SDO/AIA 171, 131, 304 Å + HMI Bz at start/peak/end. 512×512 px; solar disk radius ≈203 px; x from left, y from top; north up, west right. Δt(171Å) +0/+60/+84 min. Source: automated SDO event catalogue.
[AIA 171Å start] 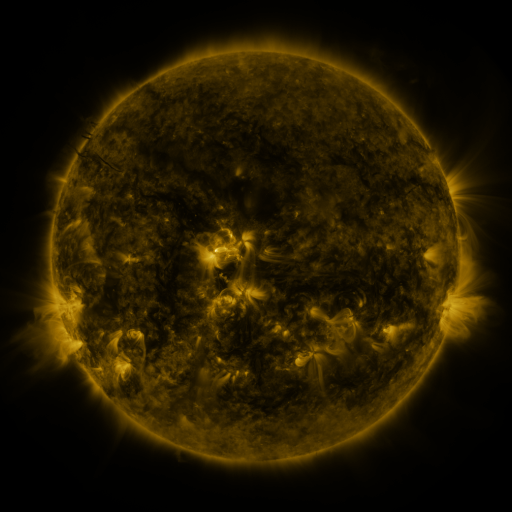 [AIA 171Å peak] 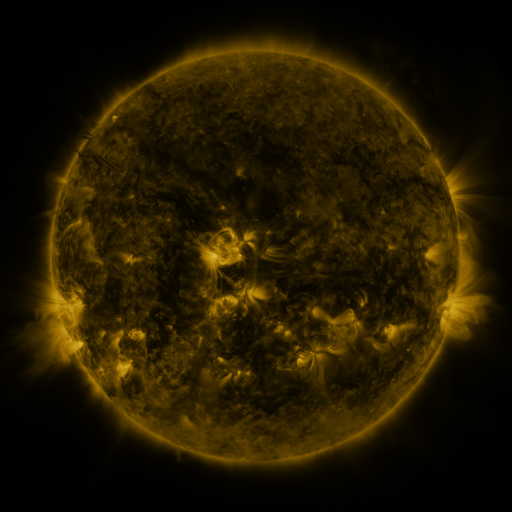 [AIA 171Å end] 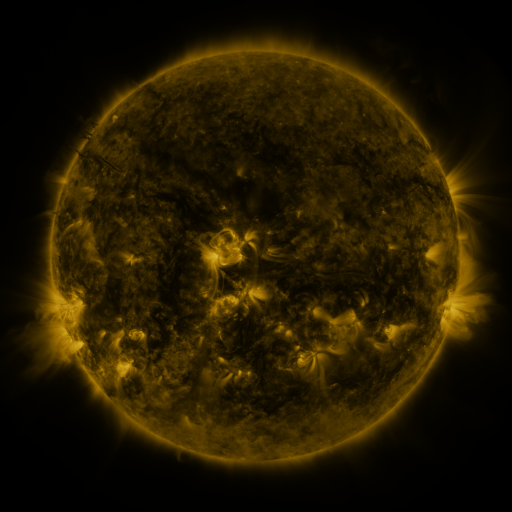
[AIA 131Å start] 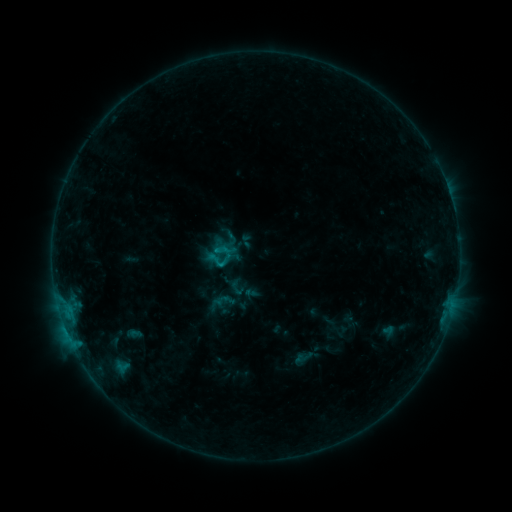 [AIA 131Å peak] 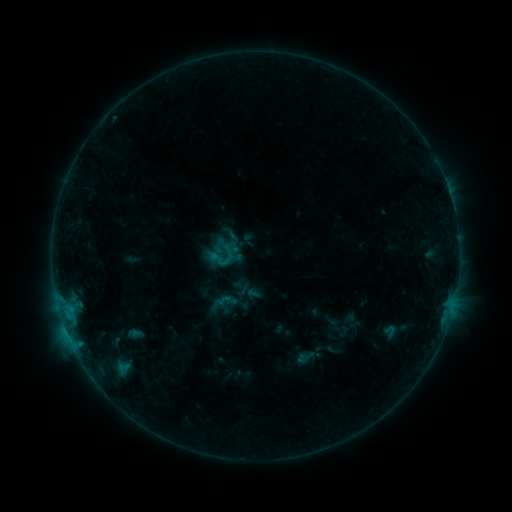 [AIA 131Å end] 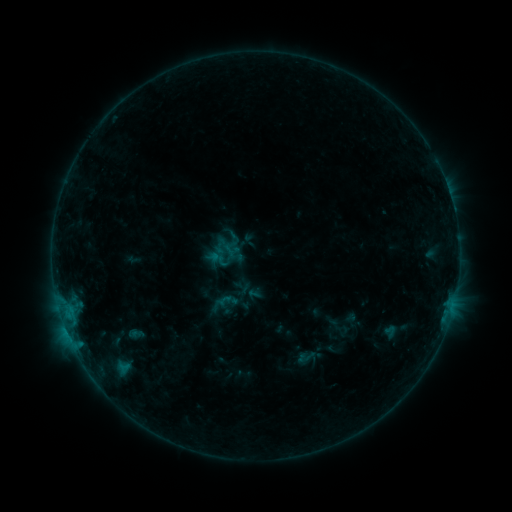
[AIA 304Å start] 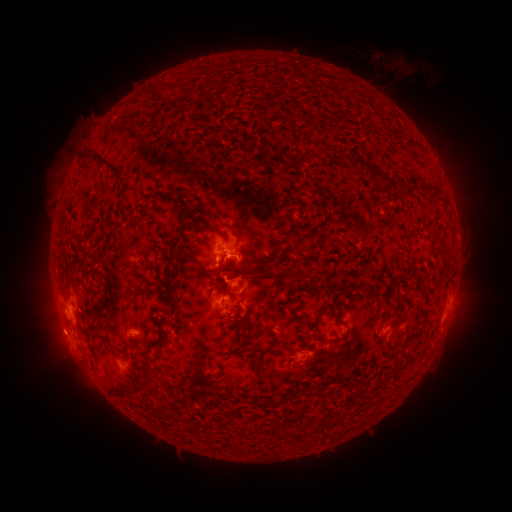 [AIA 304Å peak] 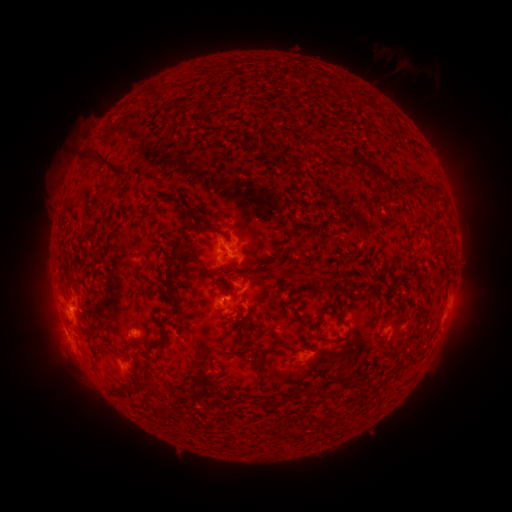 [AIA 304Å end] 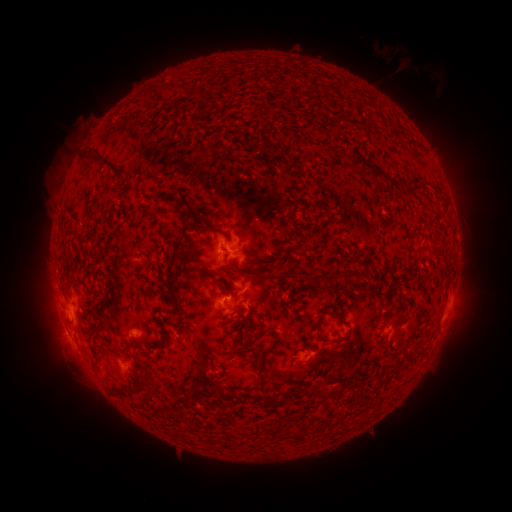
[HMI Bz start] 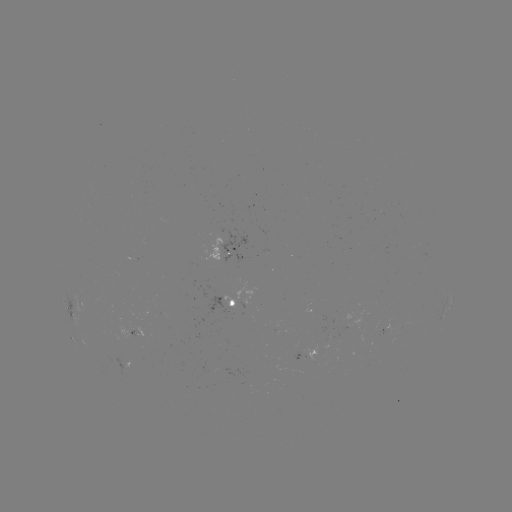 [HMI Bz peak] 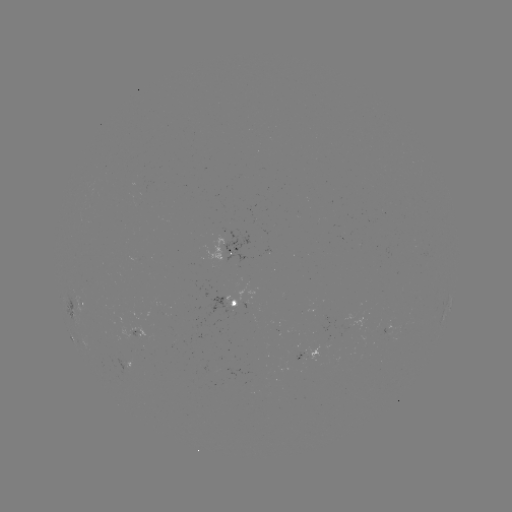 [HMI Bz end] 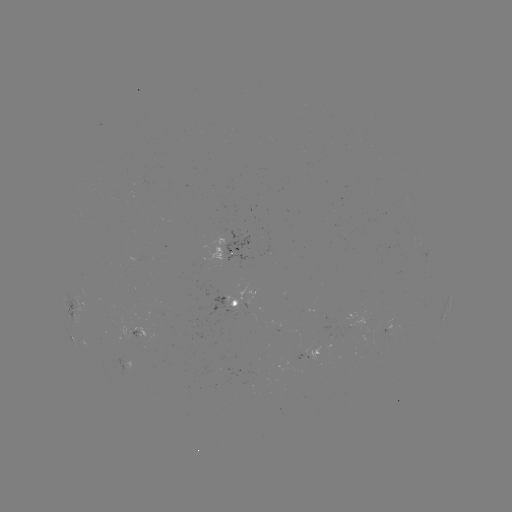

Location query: emerging-flux region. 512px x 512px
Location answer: (227, 293).